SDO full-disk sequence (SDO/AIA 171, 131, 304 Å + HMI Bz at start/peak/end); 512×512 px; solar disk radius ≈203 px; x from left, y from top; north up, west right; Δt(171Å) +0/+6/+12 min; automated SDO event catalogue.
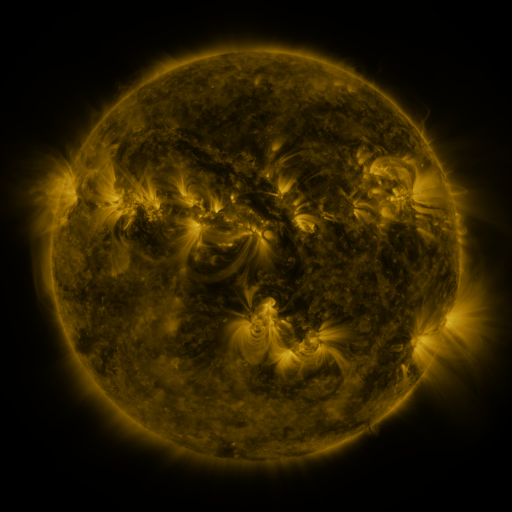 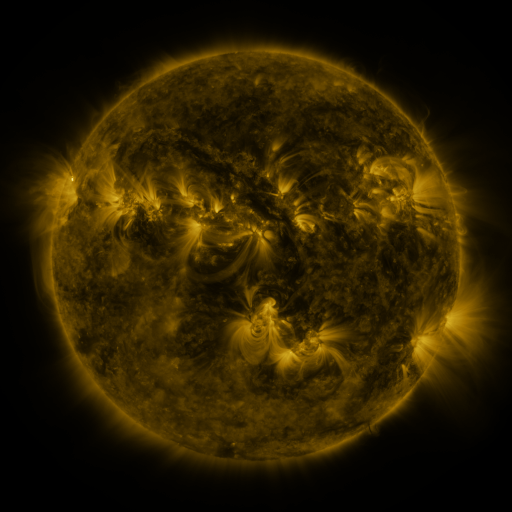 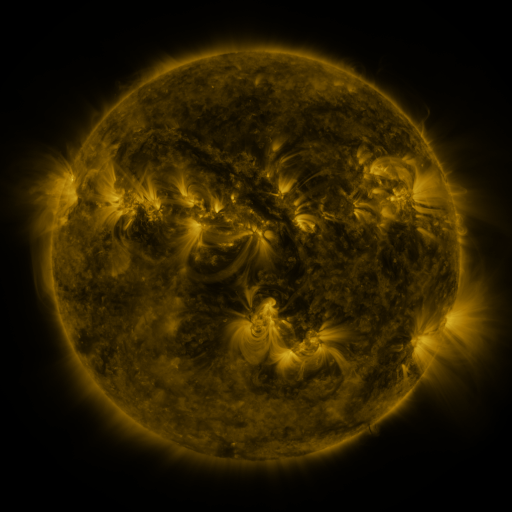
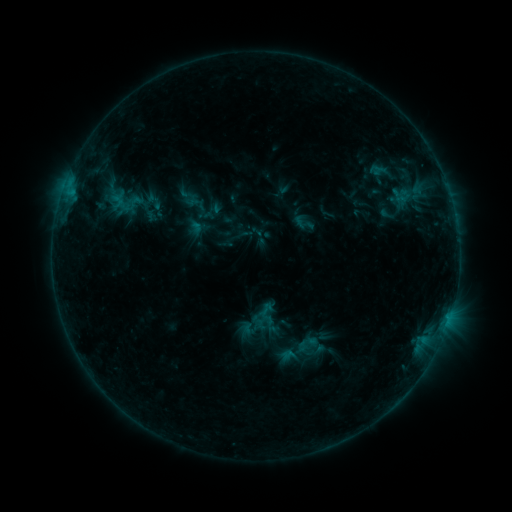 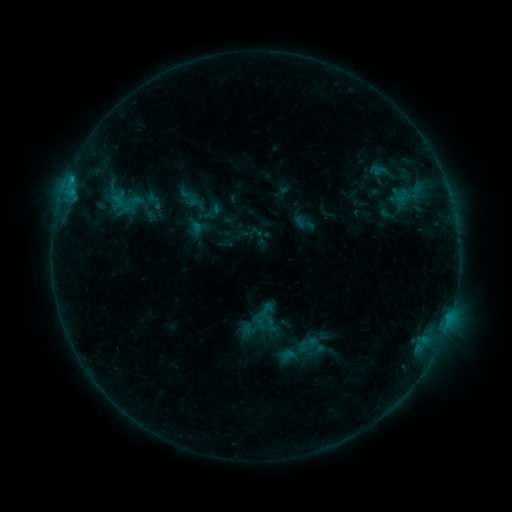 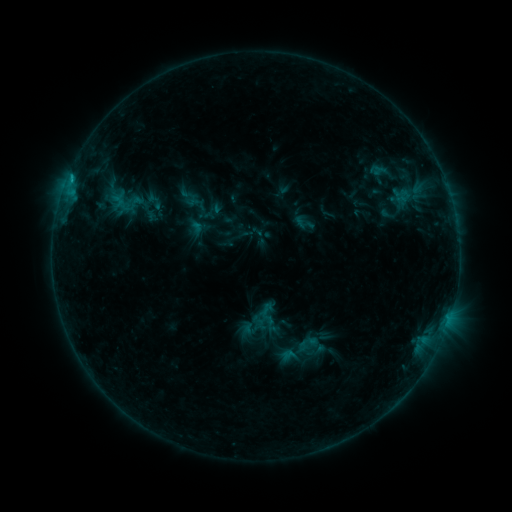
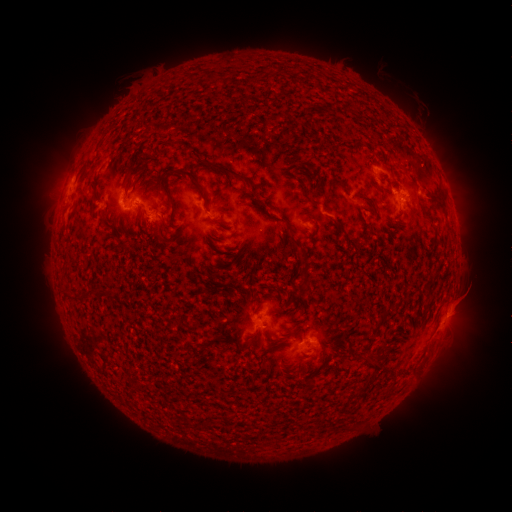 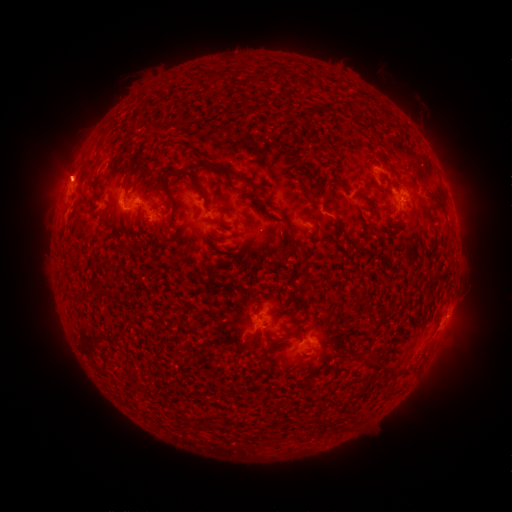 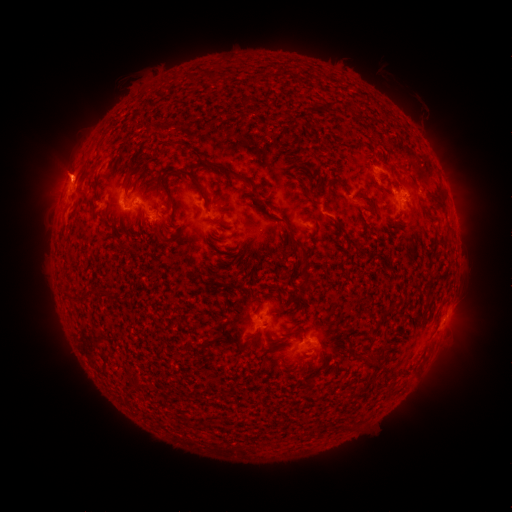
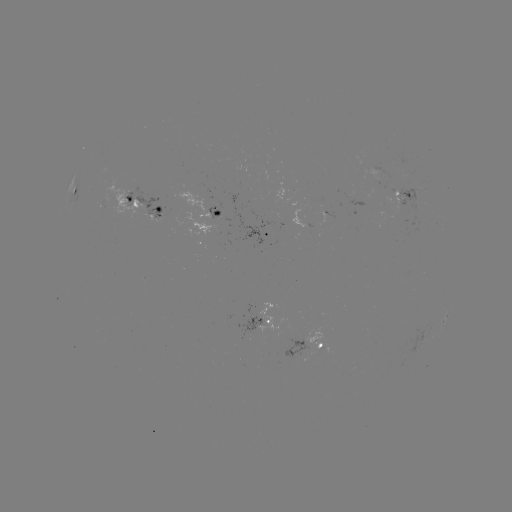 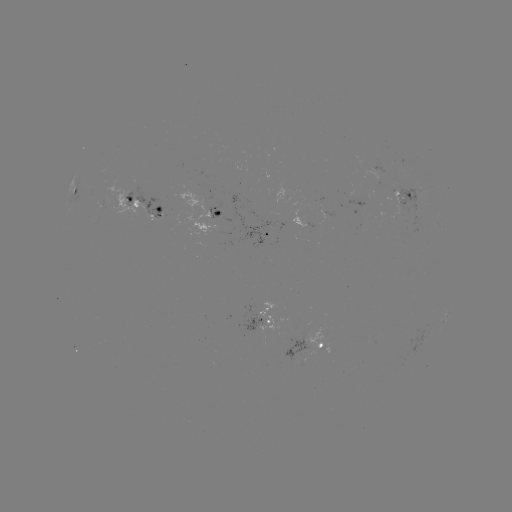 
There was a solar flare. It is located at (72, 181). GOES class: B7.9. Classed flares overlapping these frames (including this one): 1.